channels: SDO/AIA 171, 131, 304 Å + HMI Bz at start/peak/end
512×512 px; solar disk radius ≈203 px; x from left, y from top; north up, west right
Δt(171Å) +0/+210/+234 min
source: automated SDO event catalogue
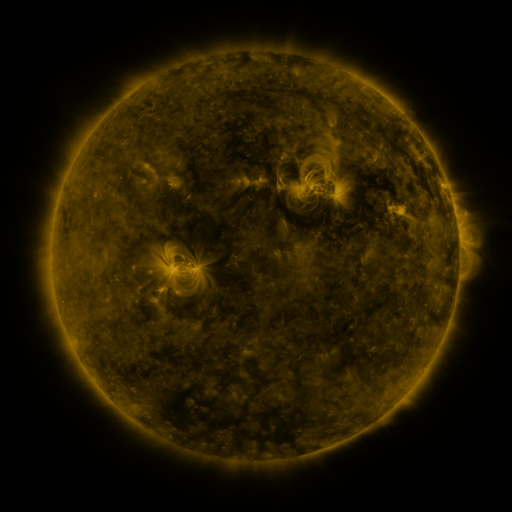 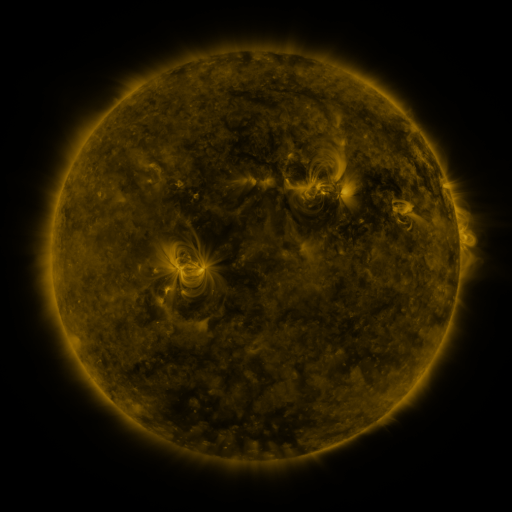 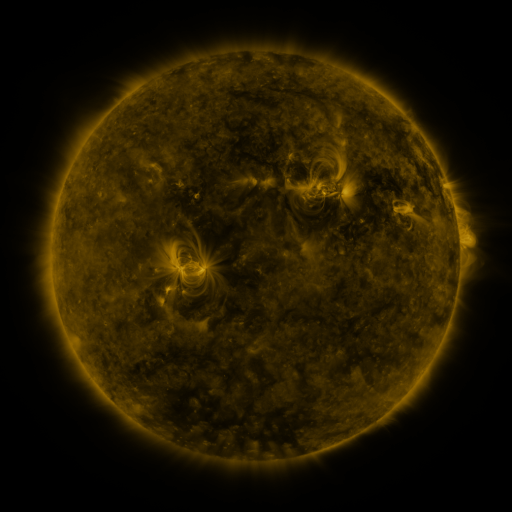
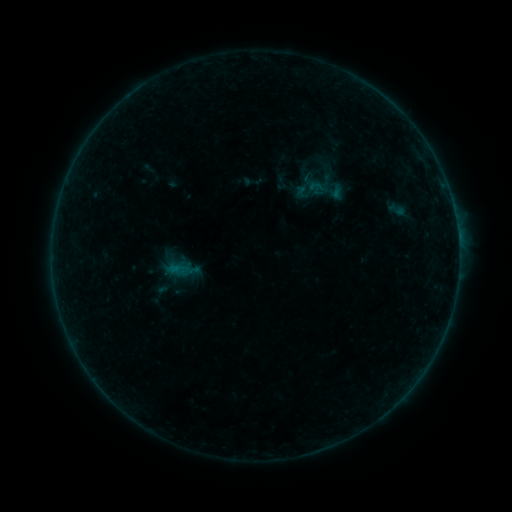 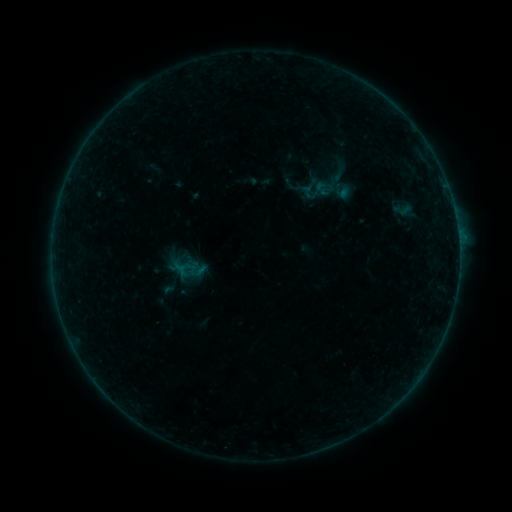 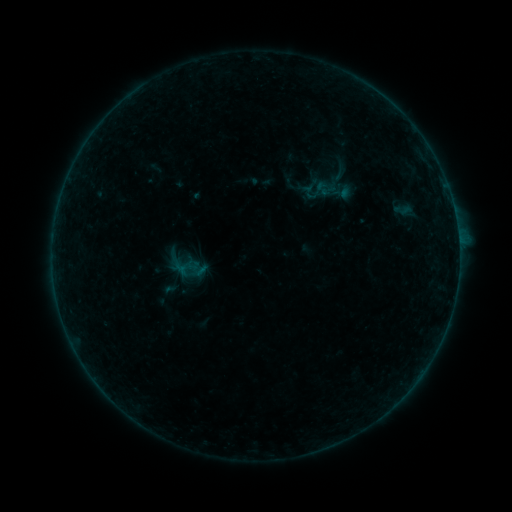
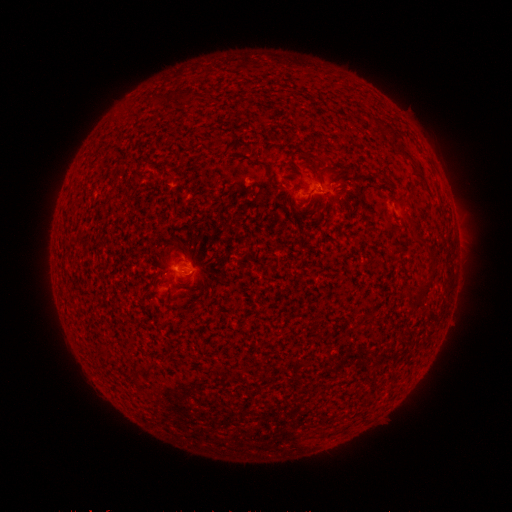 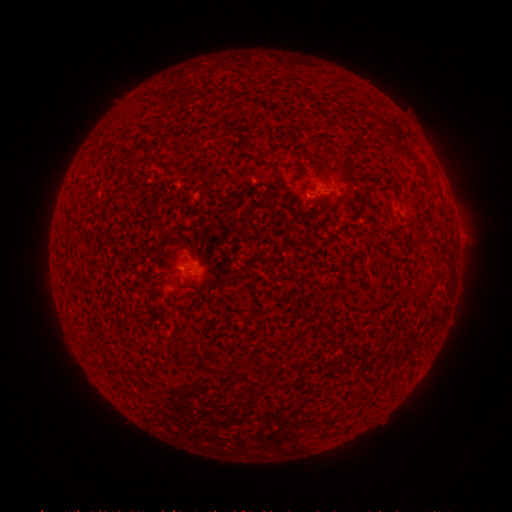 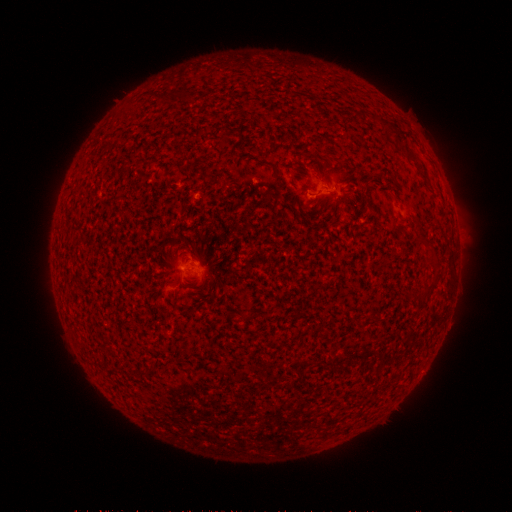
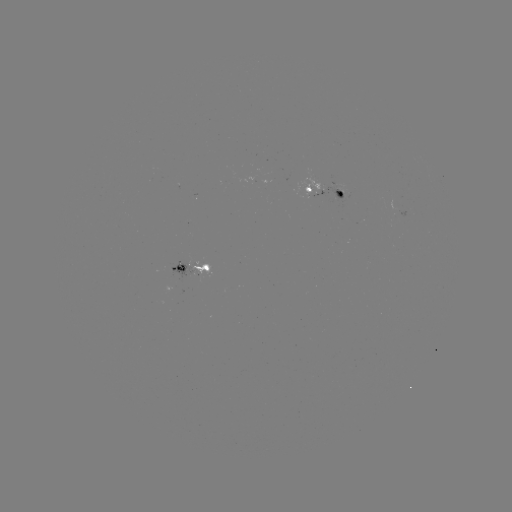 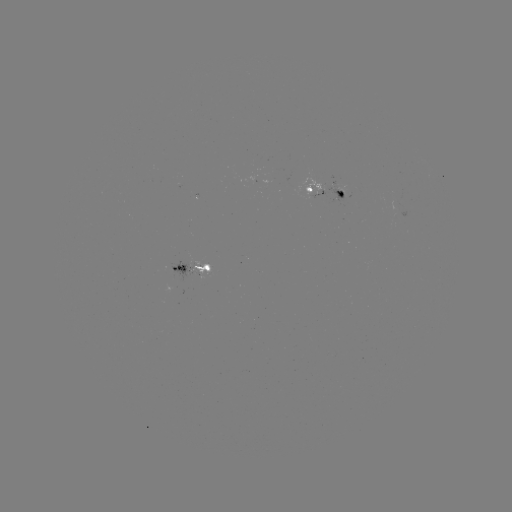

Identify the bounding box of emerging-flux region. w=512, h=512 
[186, 262, 211, 275].